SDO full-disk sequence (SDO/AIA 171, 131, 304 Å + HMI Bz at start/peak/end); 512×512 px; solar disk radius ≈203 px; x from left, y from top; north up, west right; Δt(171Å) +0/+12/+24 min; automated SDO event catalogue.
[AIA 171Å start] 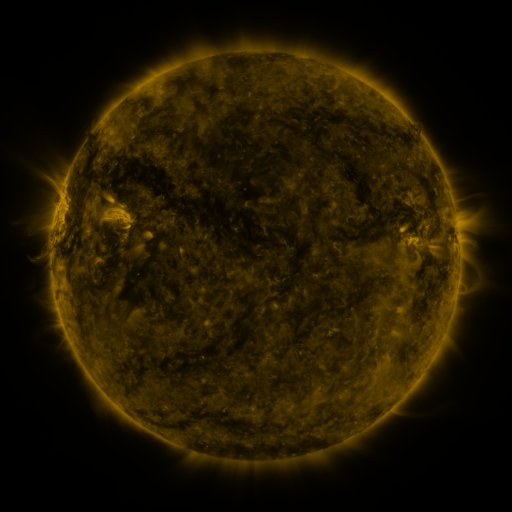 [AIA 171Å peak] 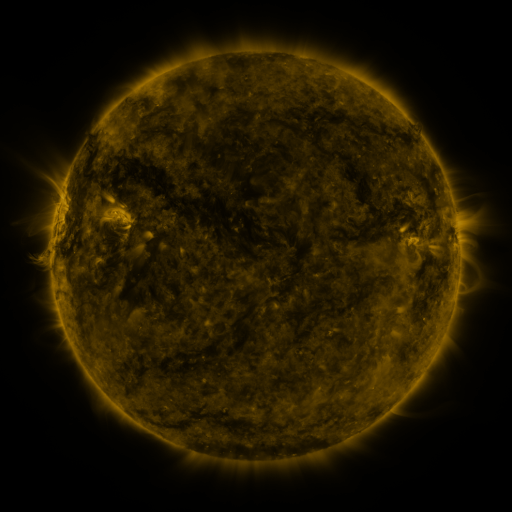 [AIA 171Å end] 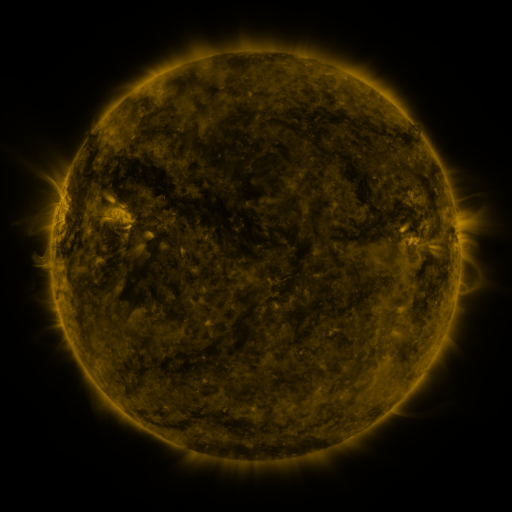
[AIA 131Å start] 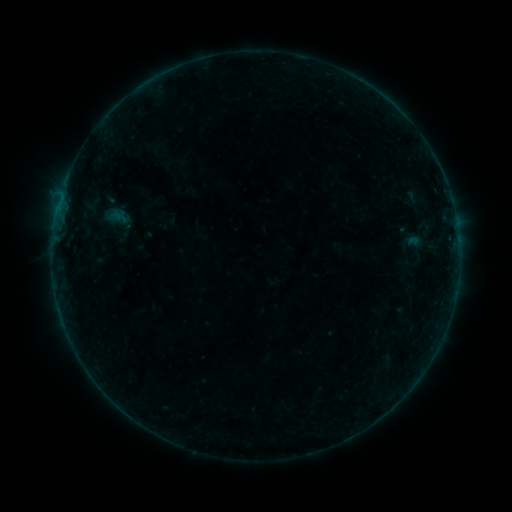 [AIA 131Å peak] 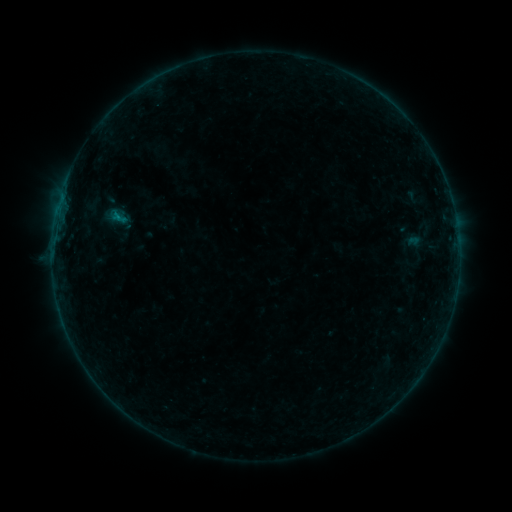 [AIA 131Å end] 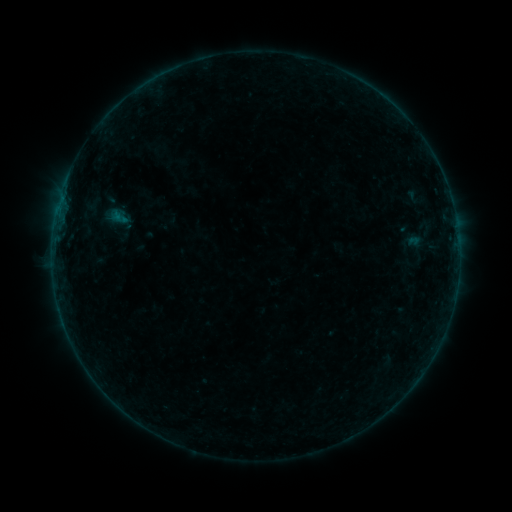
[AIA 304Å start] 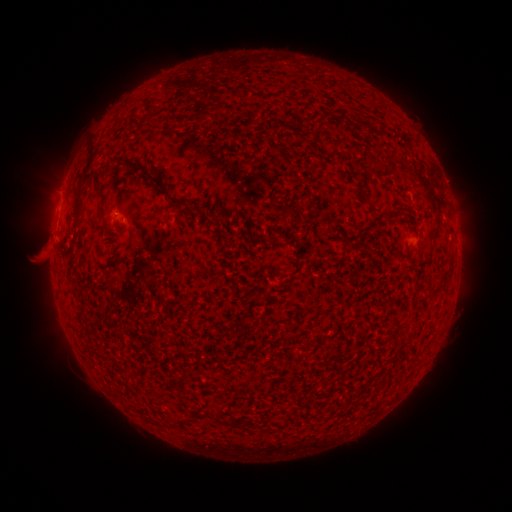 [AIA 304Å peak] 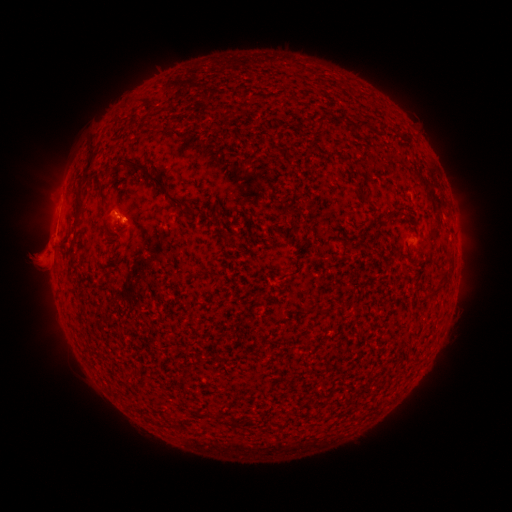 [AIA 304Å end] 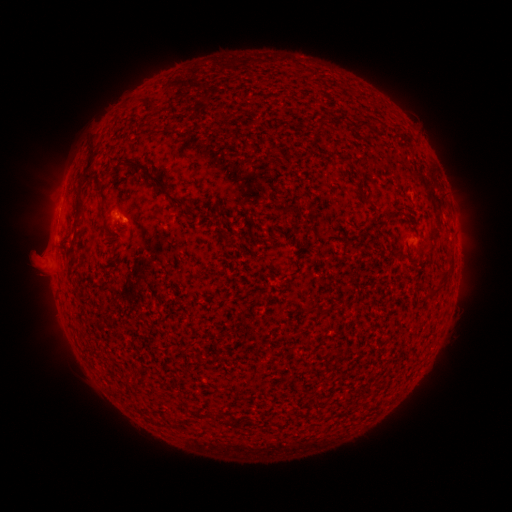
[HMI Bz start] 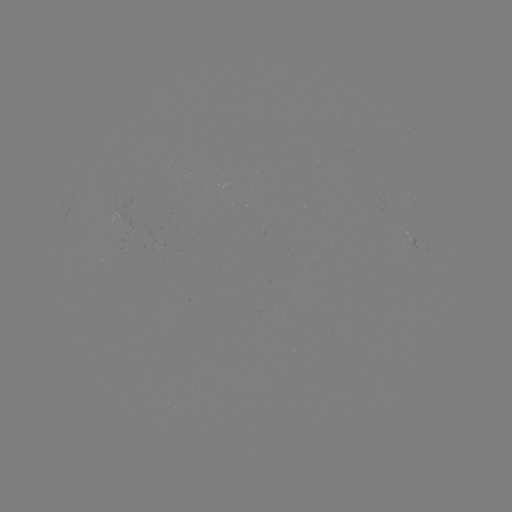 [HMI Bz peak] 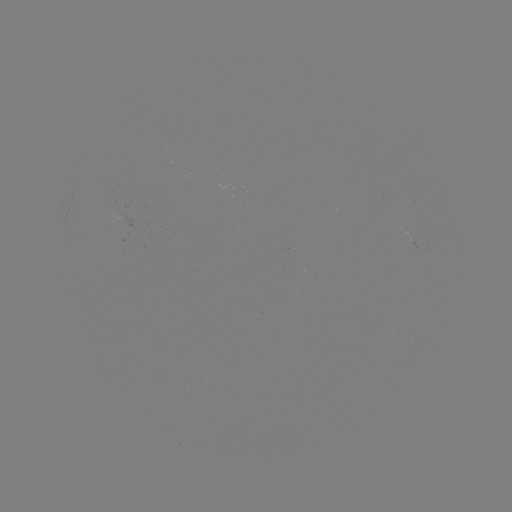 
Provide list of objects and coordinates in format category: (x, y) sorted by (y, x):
B3.2 flare: (117, 219)
